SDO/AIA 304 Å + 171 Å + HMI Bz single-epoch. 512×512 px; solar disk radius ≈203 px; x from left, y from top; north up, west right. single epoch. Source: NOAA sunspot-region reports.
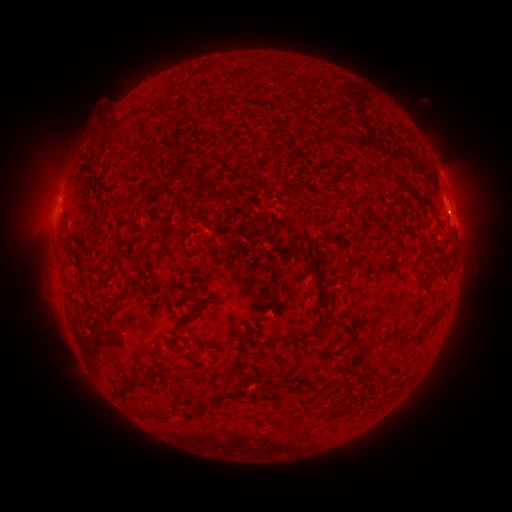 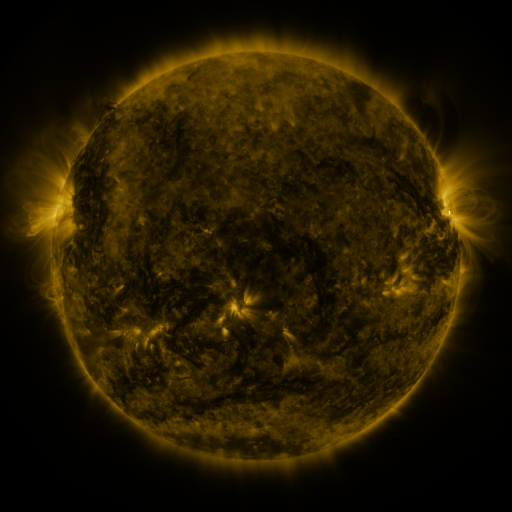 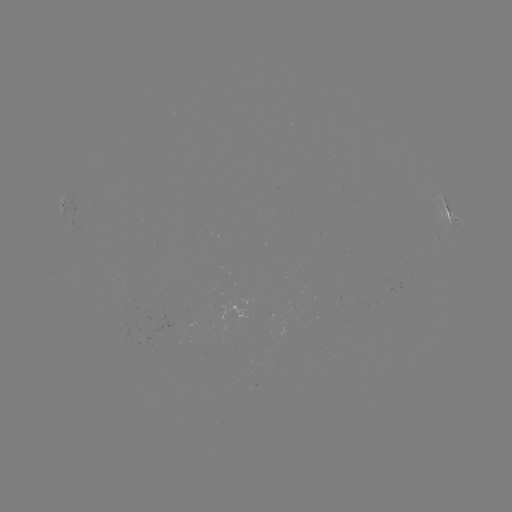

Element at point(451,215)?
spotted active region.